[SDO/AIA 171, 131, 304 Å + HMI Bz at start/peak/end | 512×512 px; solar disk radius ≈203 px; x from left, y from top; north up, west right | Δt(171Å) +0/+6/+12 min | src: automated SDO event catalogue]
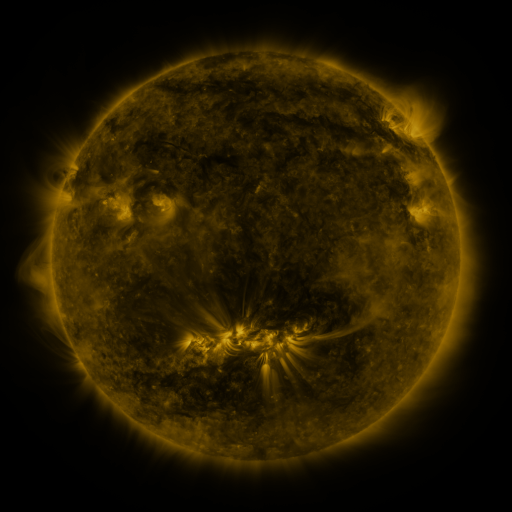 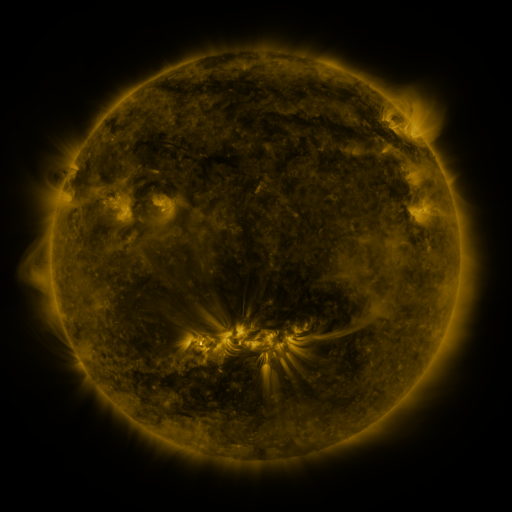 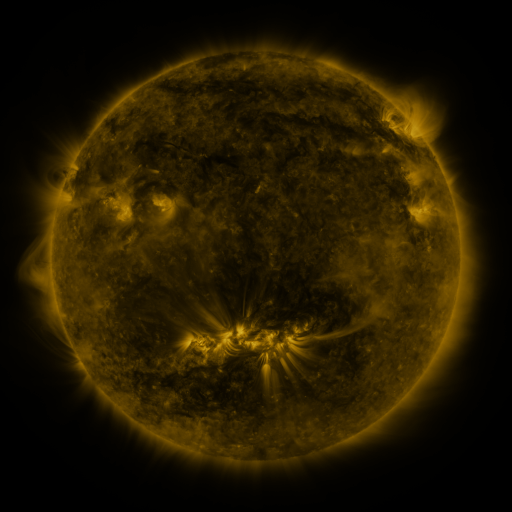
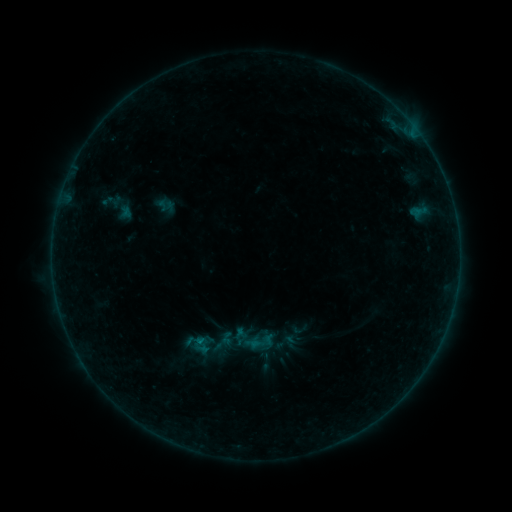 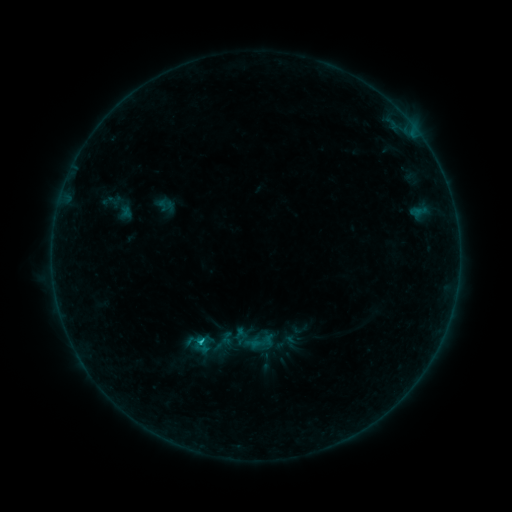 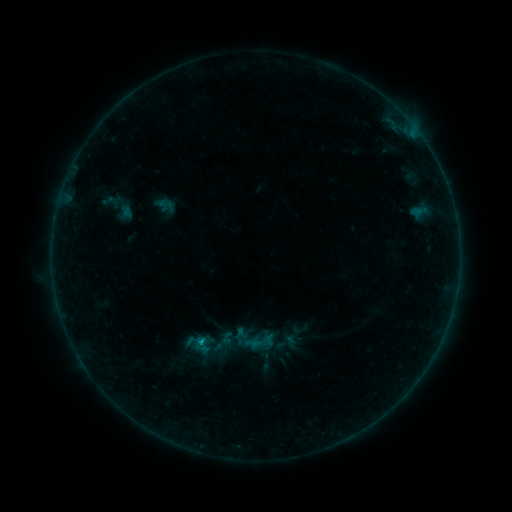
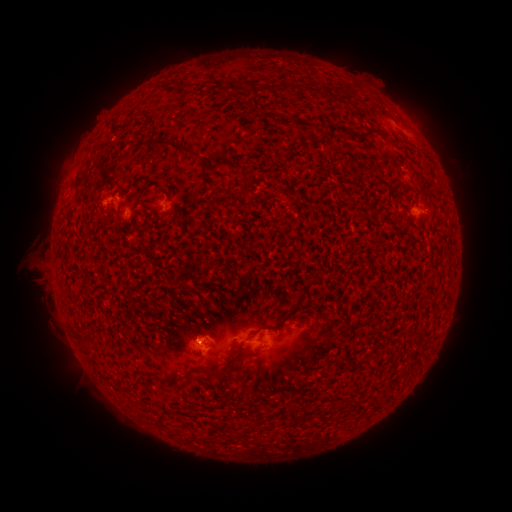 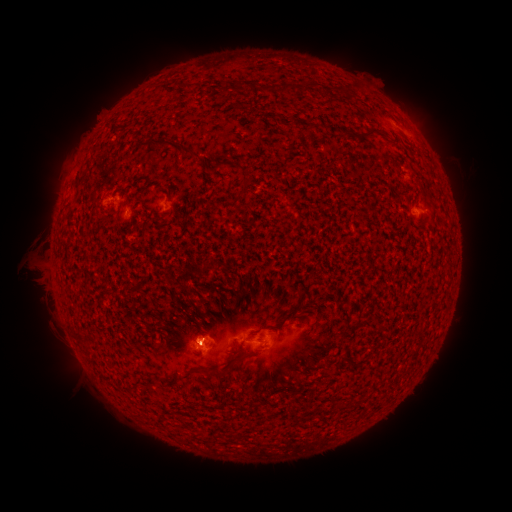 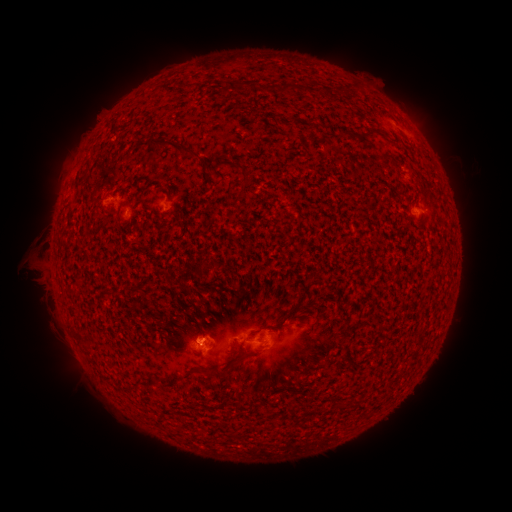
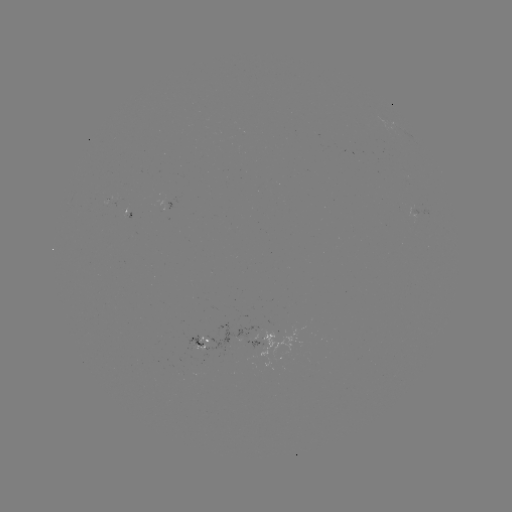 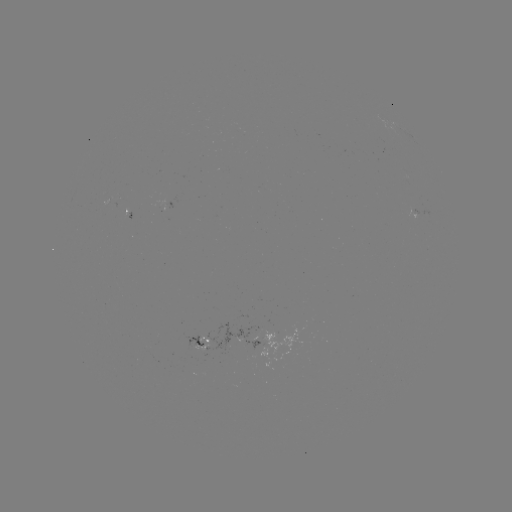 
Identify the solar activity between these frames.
B6.0 flare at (200, 342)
